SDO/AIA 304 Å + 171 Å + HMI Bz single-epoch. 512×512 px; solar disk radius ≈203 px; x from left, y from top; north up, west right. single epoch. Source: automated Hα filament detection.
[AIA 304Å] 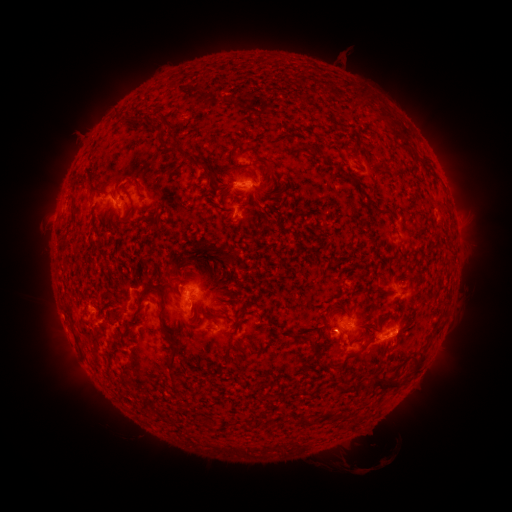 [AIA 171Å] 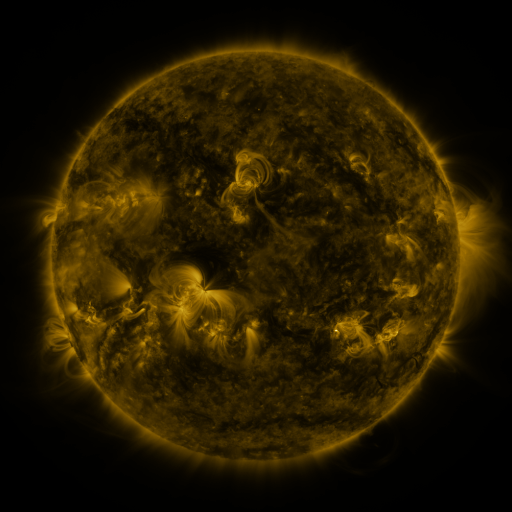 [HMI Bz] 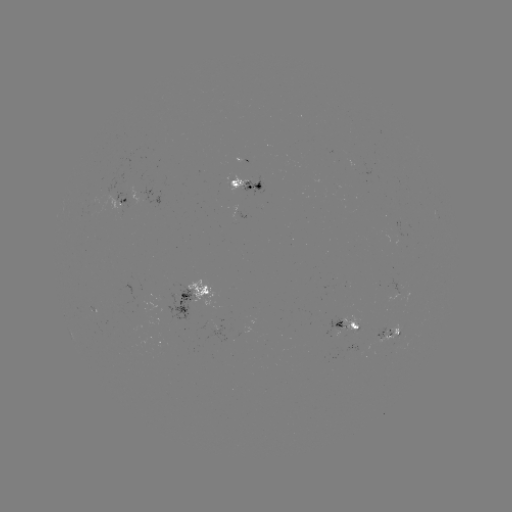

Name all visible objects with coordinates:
filament: (378, 110, 387, 120)
filament: (132, 115, 156, 129)
filament: (390, 125, 411, 154)
filament: (209, 168, 222, 190)
filament: (131, 181, 140, 189)
filament: (90, 187, 103, 196)
filament: (127, 195, 136, 218)
filament: (141, 201, 153, 213)
filament: (164, 204, 171, 215)
filament: (223, 251, 239, 267)
filament: (162, 258, 186, 279)
filament: (136, 284, 174, 337)
filament: (432, 324, 441, 334)
filament: (235, 342, 242, 352)
filament: (167, 349, 179, 381)
filament: (410, 352, 427, 374)
filament: (304, 353, 315, 363)
filament: (372, 372, 402, 392)
filament: (206, 418, 214, 429)
